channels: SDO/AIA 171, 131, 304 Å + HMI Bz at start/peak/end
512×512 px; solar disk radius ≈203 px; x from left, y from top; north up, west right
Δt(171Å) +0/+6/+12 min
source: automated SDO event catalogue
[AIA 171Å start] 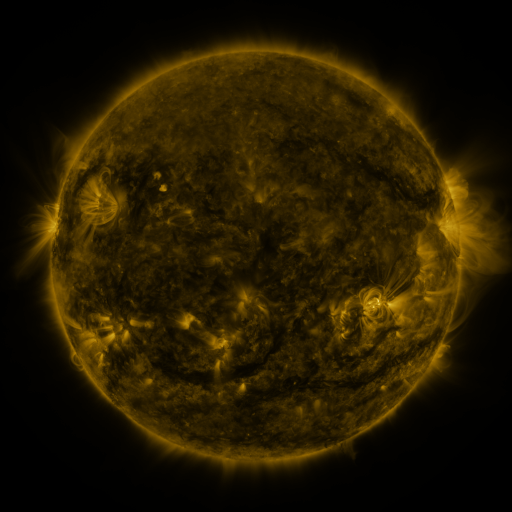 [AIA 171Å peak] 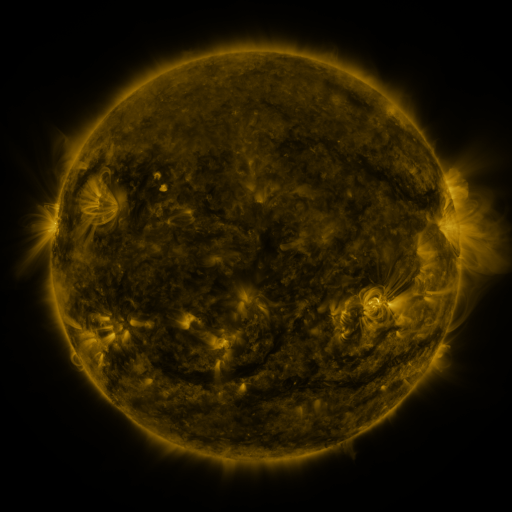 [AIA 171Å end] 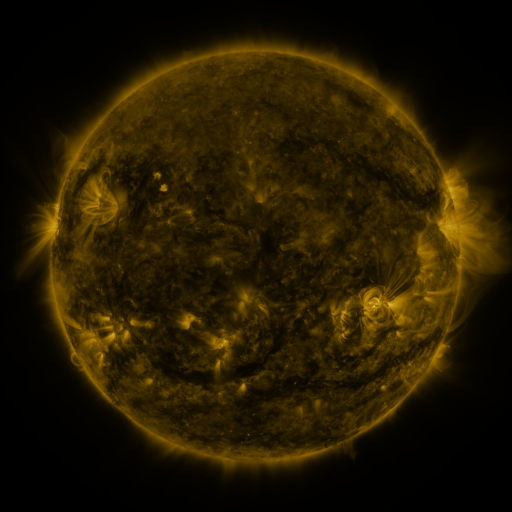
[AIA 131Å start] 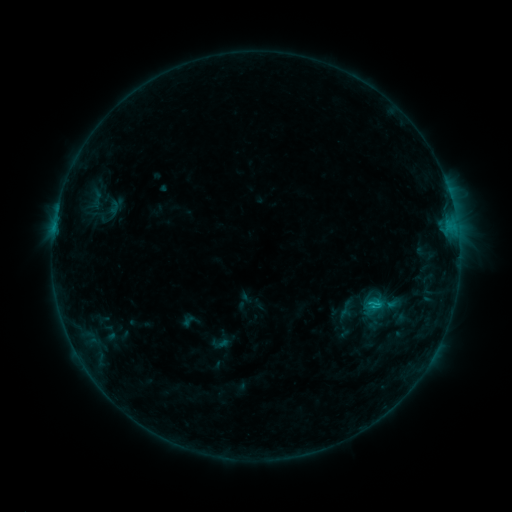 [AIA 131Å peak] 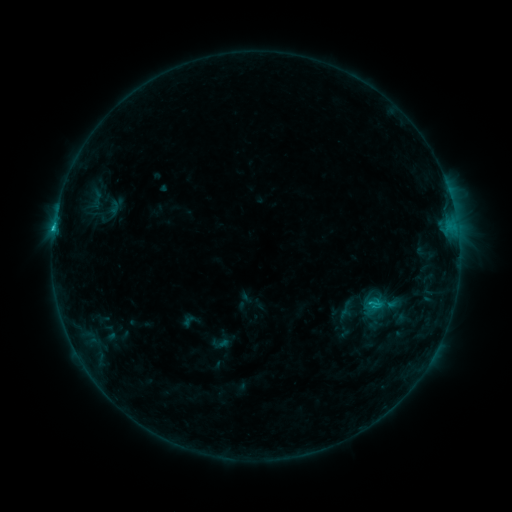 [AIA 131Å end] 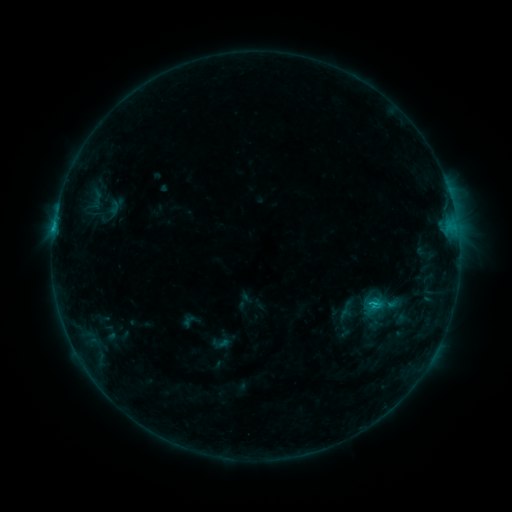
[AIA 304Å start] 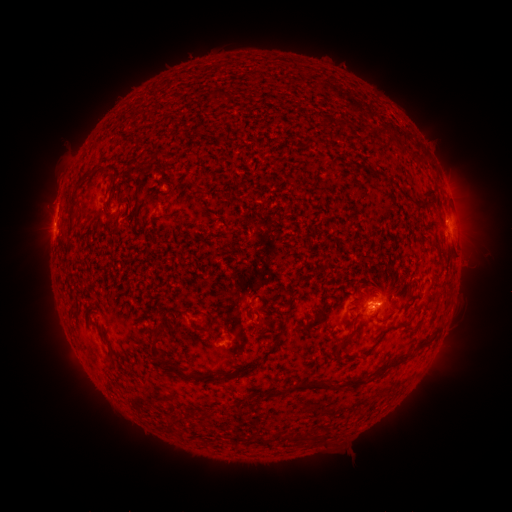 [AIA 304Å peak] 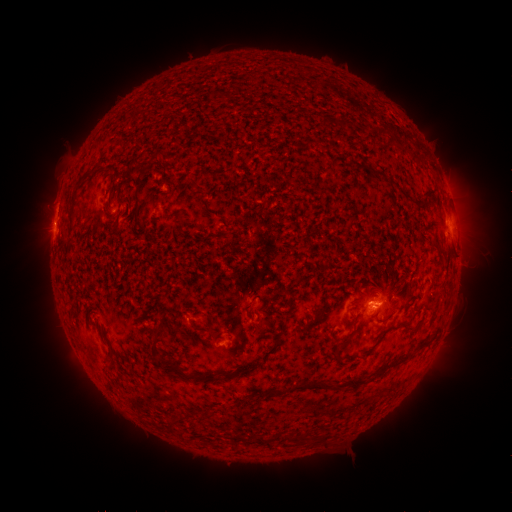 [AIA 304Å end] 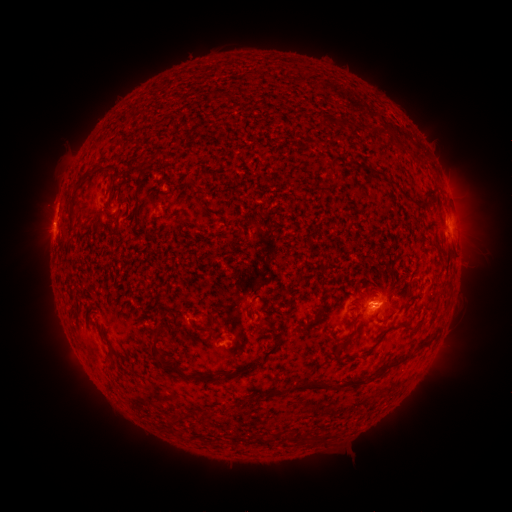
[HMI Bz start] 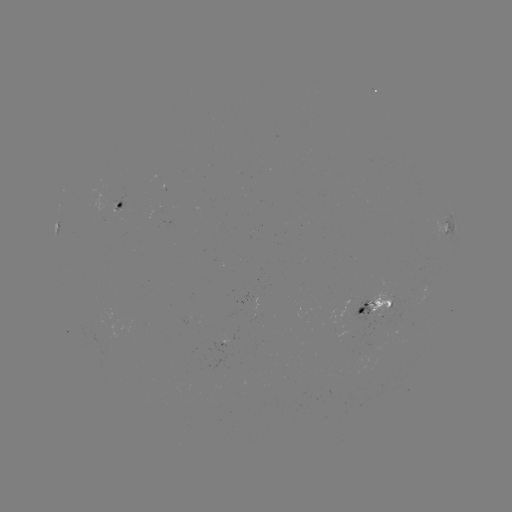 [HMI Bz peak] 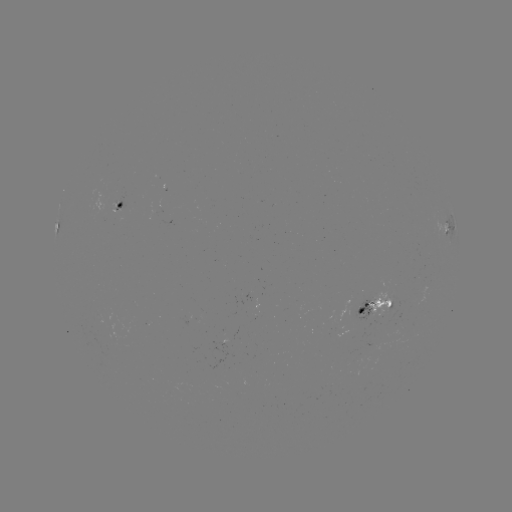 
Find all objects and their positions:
B9.4 flare: (54, 231)
